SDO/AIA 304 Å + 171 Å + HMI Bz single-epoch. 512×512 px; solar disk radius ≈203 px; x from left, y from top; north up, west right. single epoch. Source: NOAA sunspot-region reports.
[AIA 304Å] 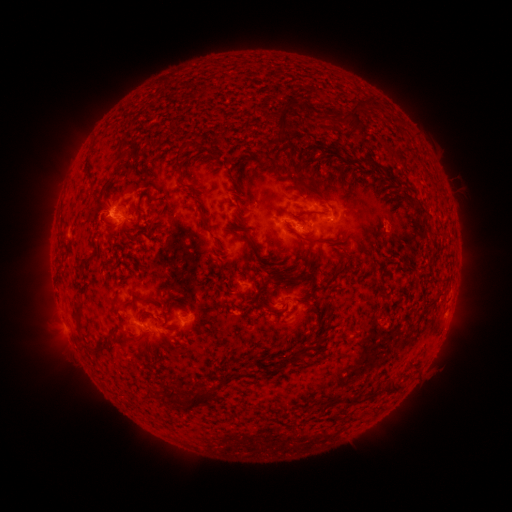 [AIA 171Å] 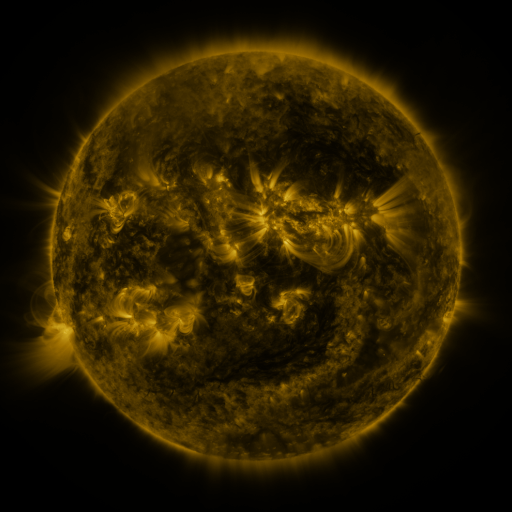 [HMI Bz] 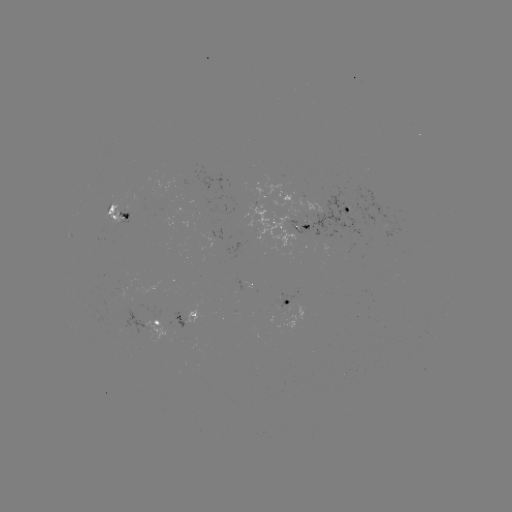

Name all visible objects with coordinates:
spotted active region: (345, 210)
spotted active region: (119, 211)
spotted active region: (290, 225)
spotted active region: (390, 232)
spotted active region: (248, 285)
spotted active region: (452, 293)
spotted active region: (287, 306)
spotted active region: (185, 319)
spotted active region: (152, 325)
